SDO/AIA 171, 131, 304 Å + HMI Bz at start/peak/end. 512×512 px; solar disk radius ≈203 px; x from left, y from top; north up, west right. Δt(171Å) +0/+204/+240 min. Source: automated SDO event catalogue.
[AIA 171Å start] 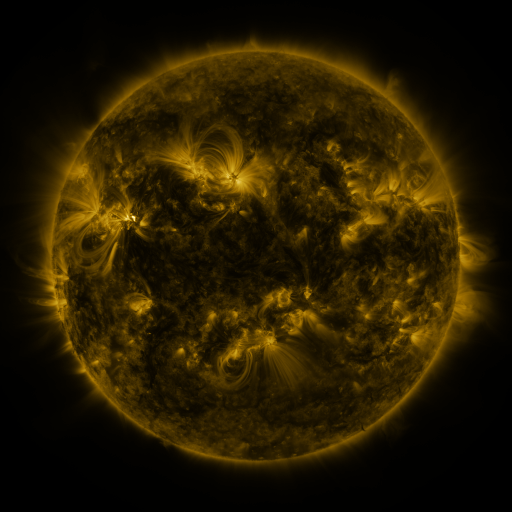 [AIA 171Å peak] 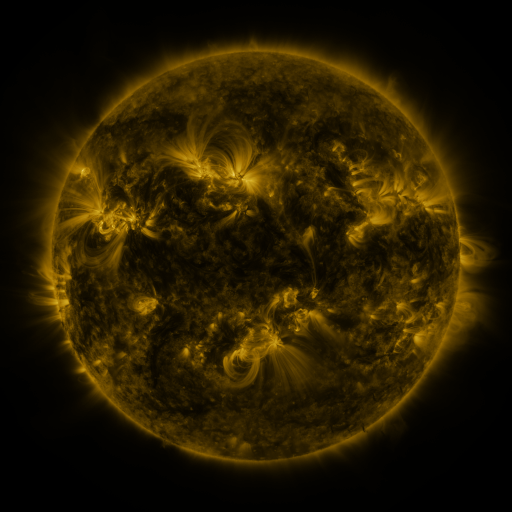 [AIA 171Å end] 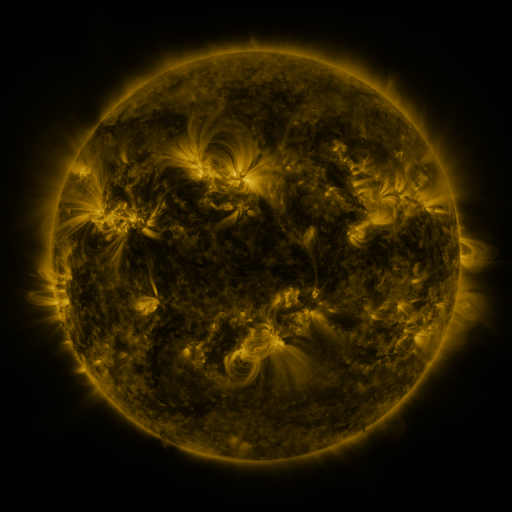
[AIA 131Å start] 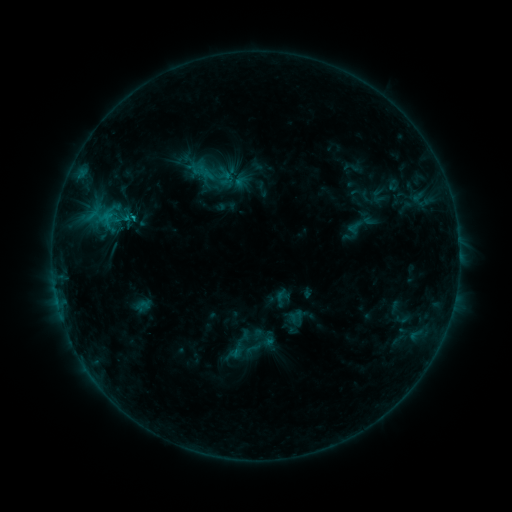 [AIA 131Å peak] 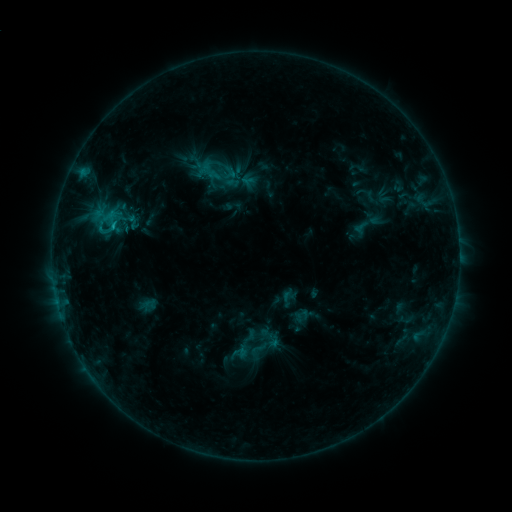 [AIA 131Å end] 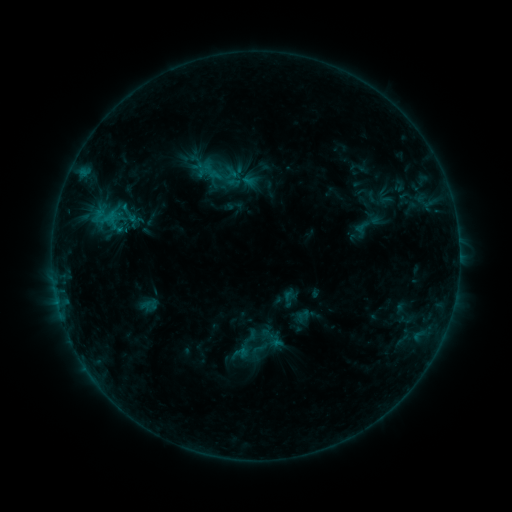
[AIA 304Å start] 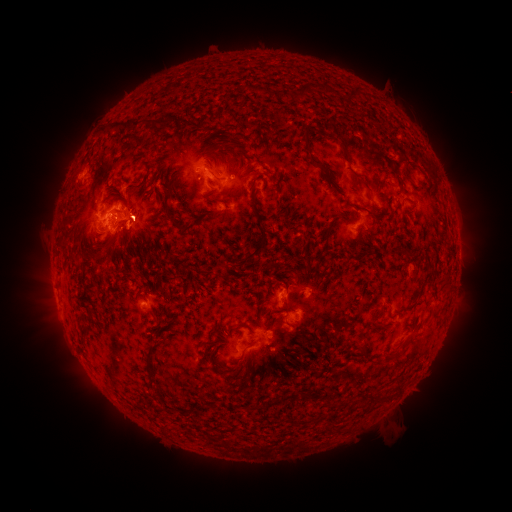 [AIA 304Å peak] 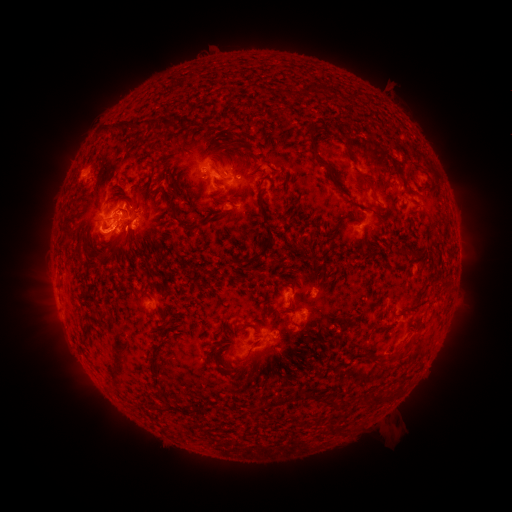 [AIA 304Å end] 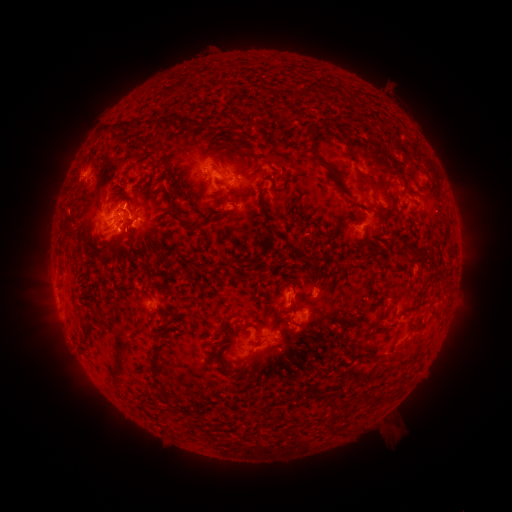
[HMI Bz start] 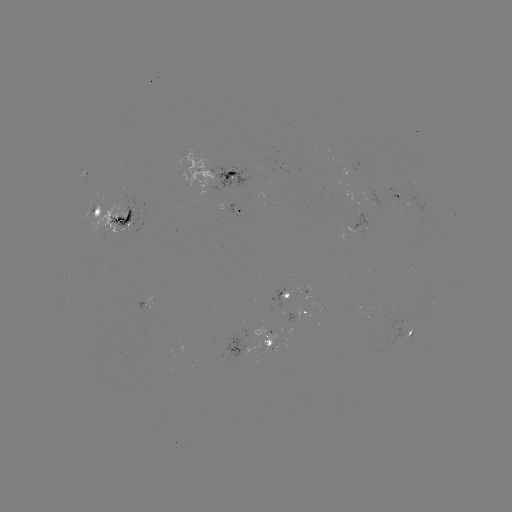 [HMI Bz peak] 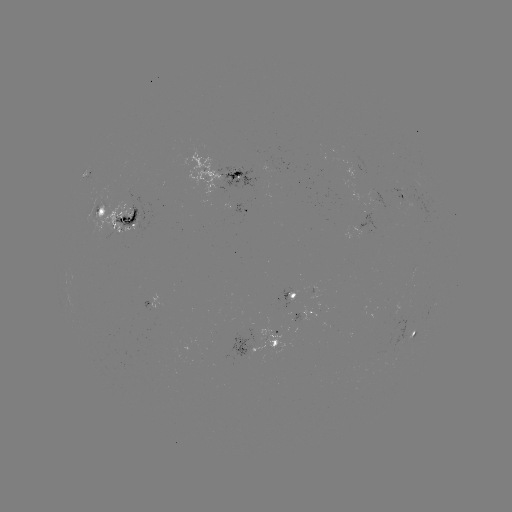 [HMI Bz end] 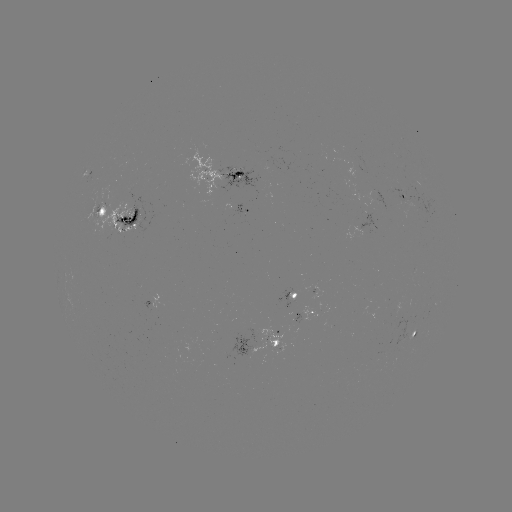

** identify emerging-flux region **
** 369,227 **